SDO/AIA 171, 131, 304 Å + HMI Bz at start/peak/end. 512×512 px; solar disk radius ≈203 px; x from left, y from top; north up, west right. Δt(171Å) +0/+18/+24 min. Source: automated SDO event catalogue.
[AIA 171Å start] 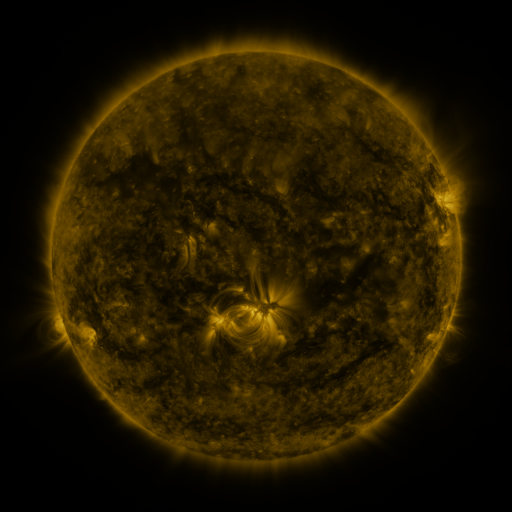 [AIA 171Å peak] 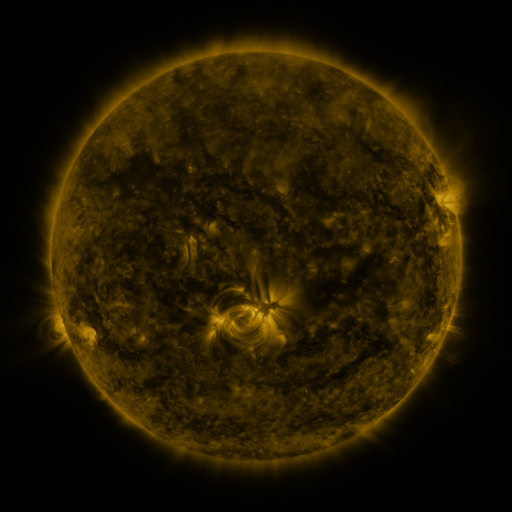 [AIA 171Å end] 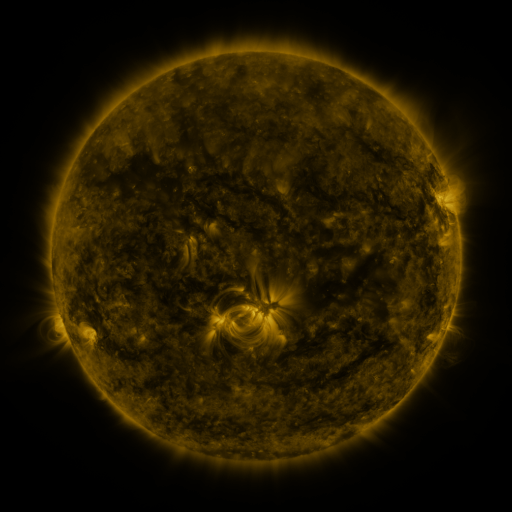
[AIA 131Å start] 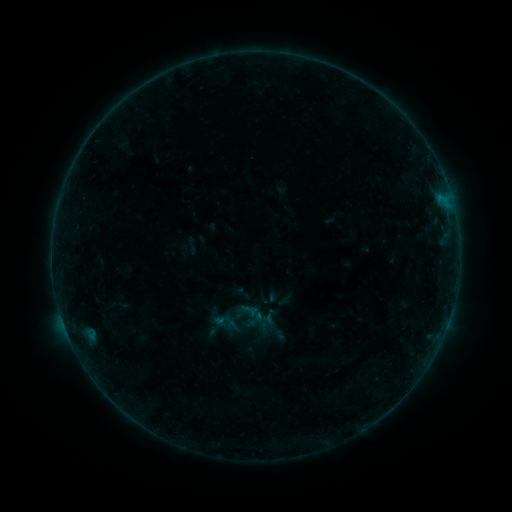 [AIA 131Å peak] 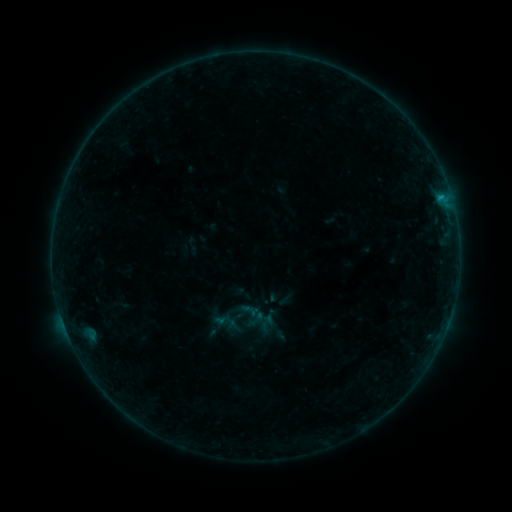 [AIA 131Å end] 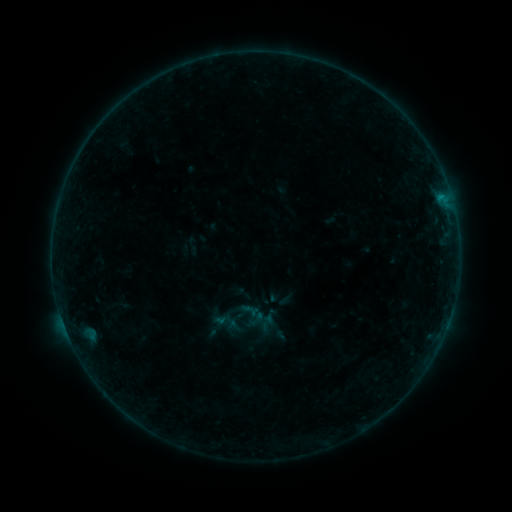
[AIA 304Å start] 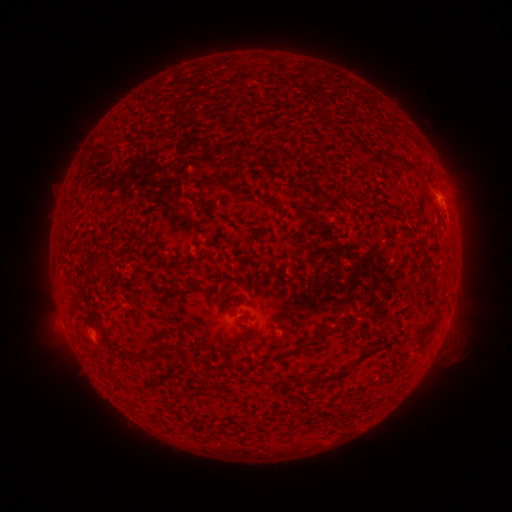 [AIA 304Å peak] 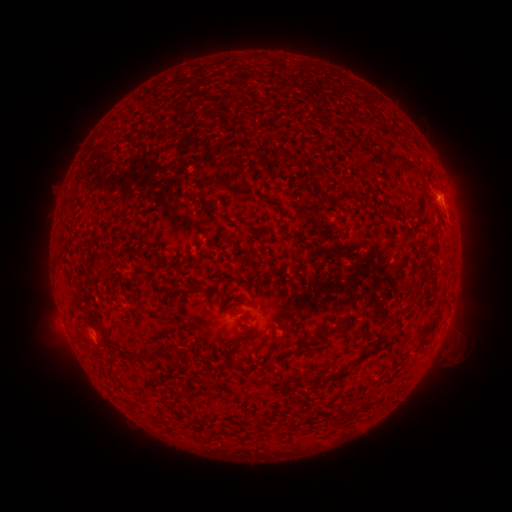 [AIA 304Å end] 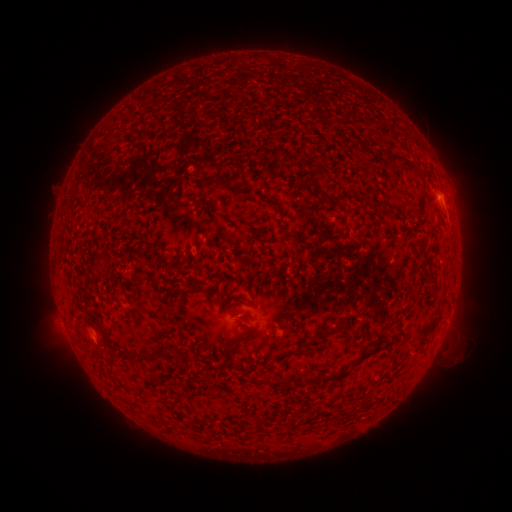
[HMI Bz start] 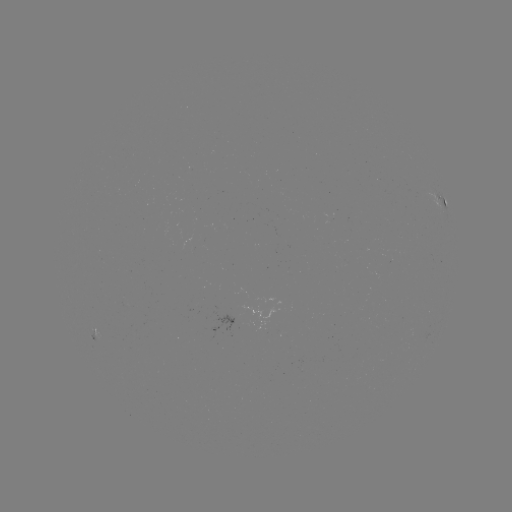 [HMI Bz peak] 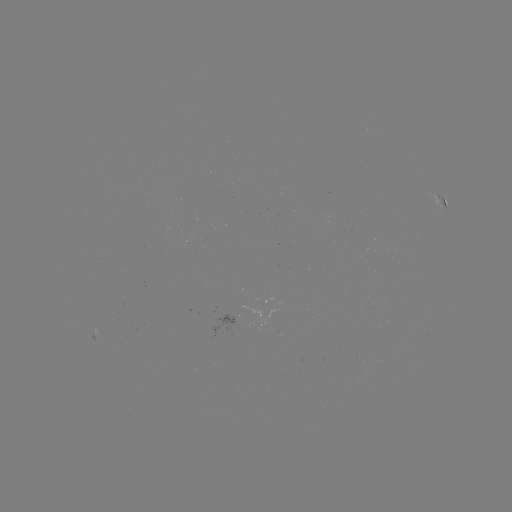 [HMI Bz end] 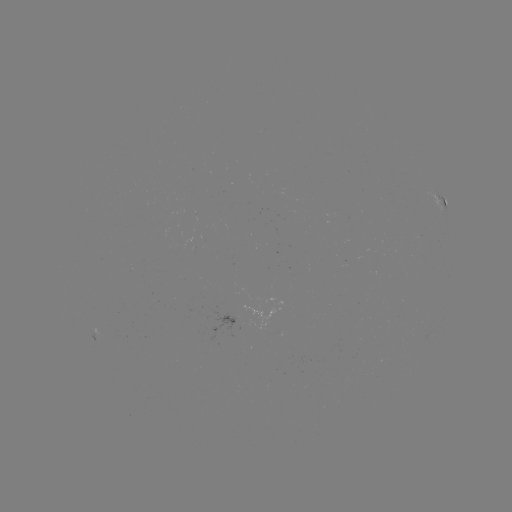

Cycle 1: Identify B2.6 flare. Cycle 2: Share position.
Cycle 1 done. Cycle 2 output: [441, 199].